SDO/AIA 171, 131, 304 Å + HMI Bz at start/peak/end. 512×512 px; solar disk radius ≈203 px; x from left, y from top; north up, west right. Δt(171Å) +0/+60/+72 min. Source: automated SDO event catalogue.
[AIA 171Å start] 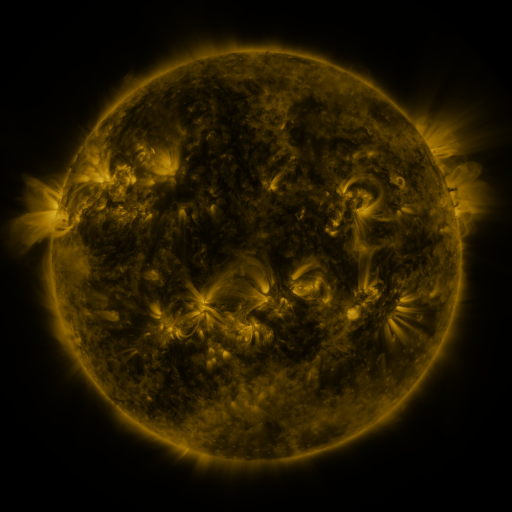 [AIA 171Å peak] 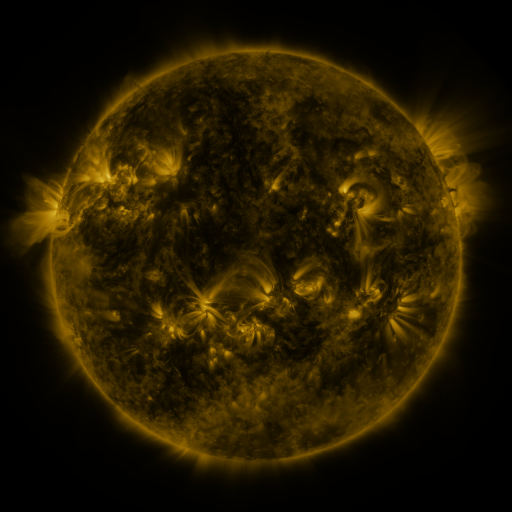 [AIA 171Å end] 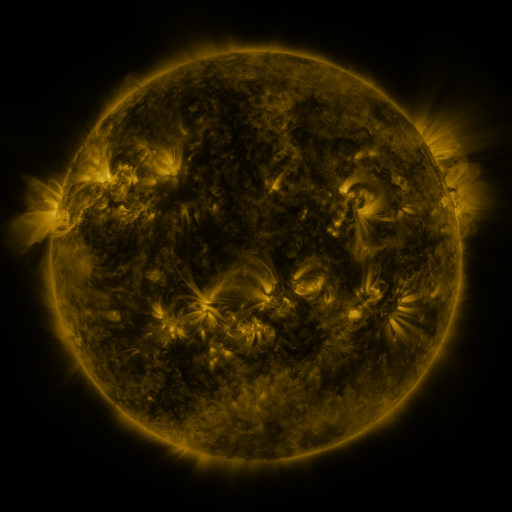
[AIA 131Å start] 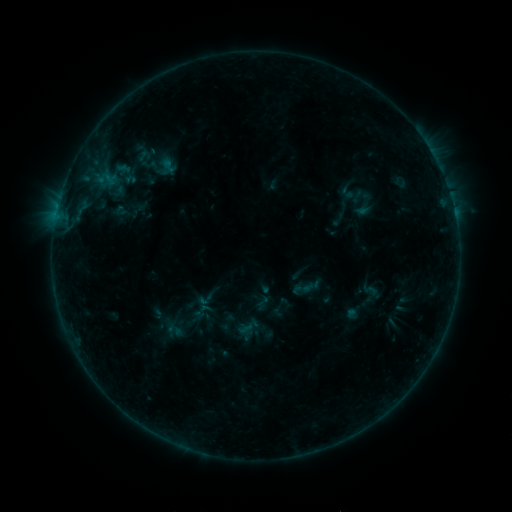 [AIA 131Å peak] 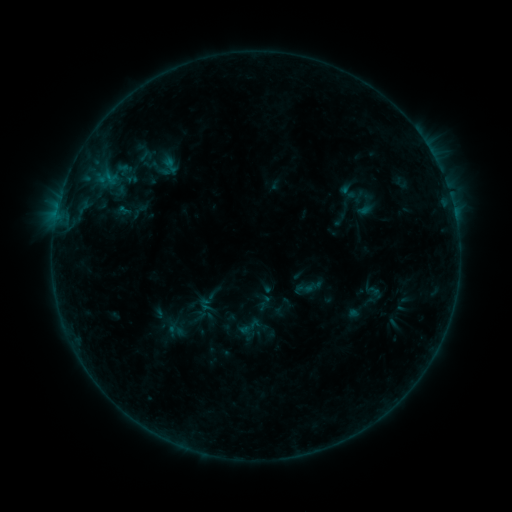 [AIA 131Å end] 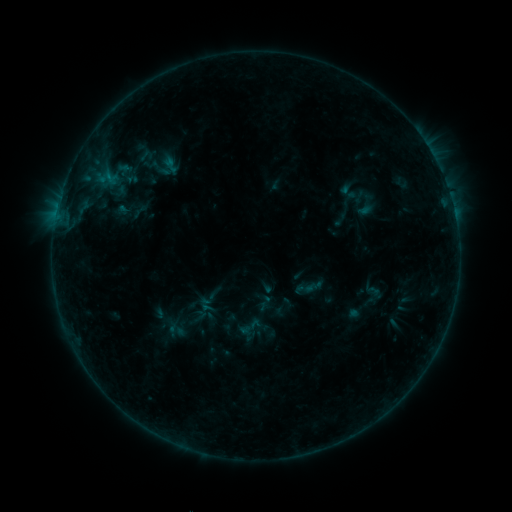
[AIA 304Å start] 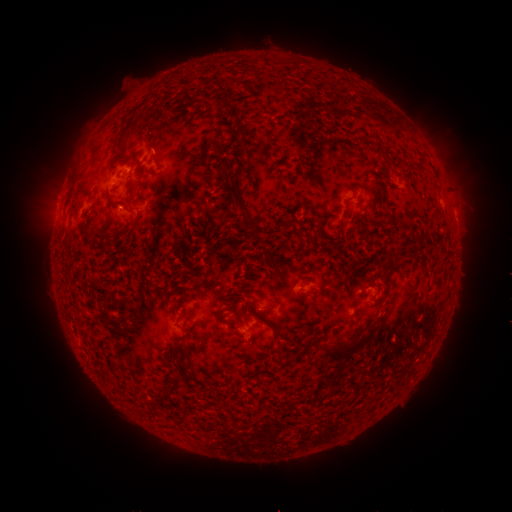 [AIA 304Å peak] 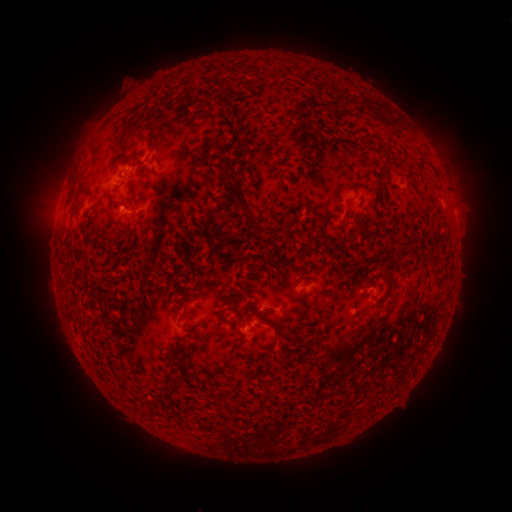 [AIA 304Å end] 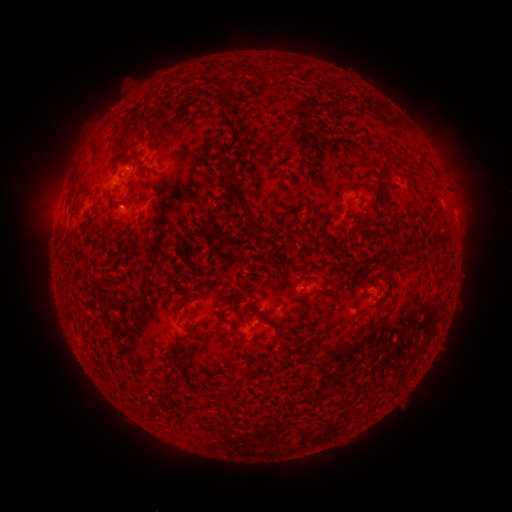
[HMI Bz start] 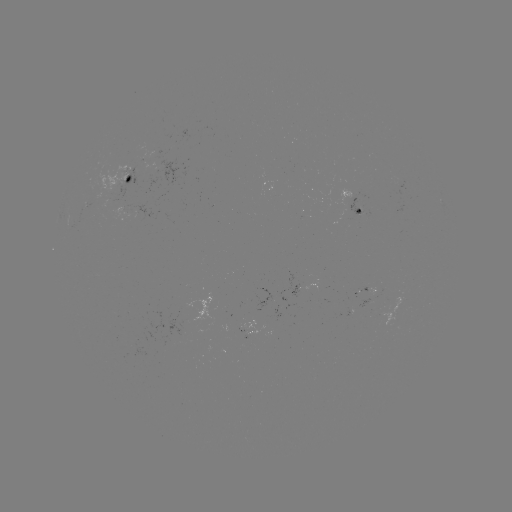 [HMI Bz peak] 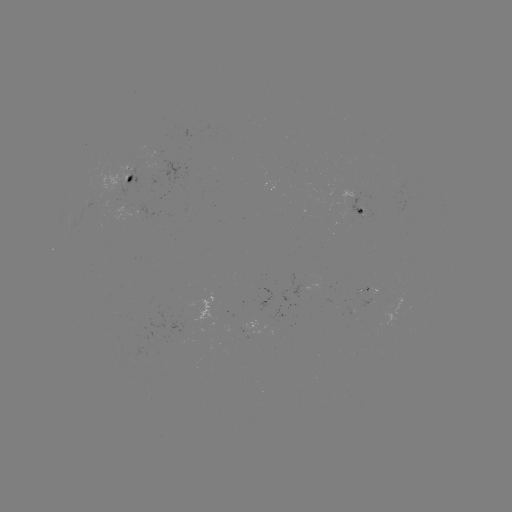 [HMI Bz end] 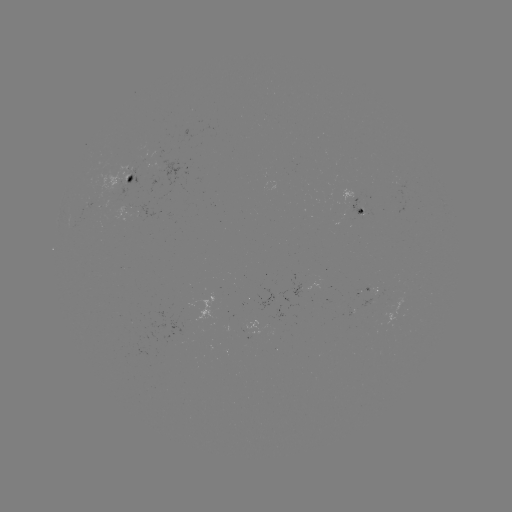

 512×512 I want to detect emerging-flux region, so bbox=[341, 191, 368, 205].